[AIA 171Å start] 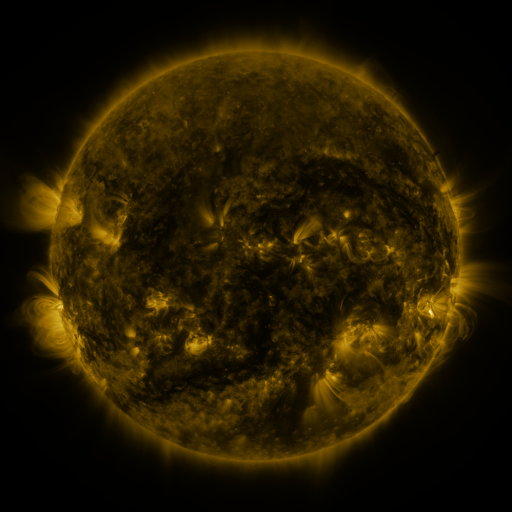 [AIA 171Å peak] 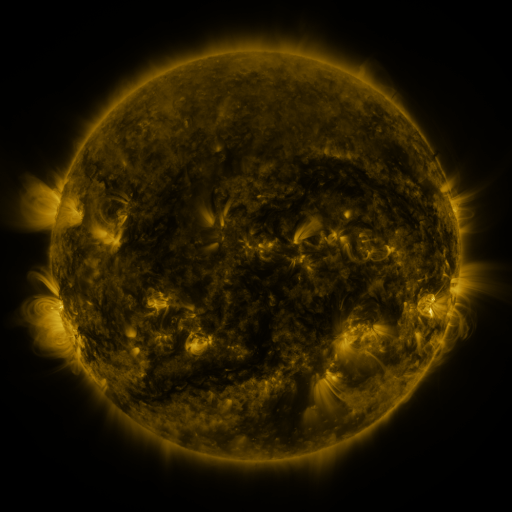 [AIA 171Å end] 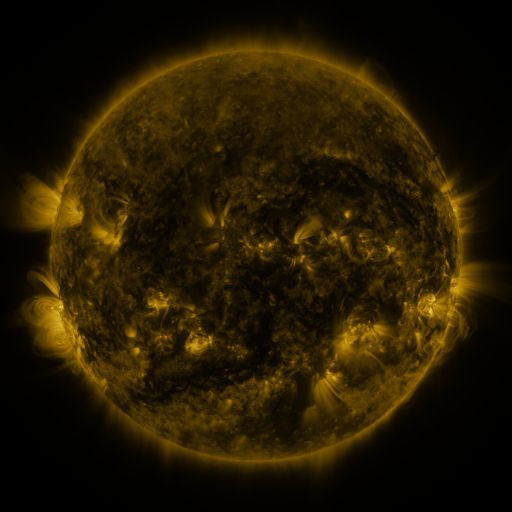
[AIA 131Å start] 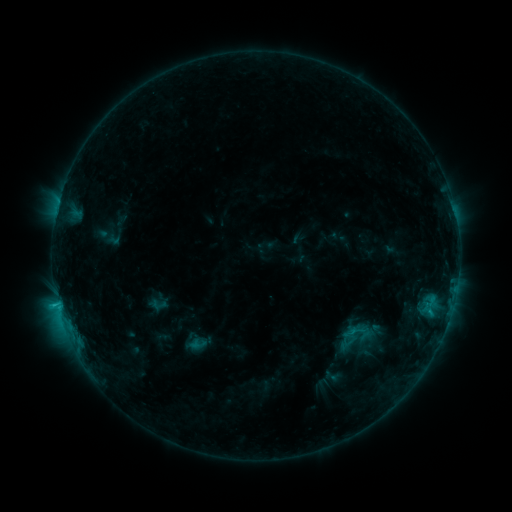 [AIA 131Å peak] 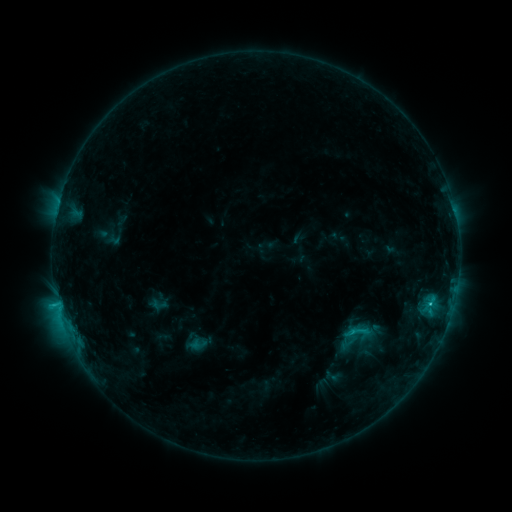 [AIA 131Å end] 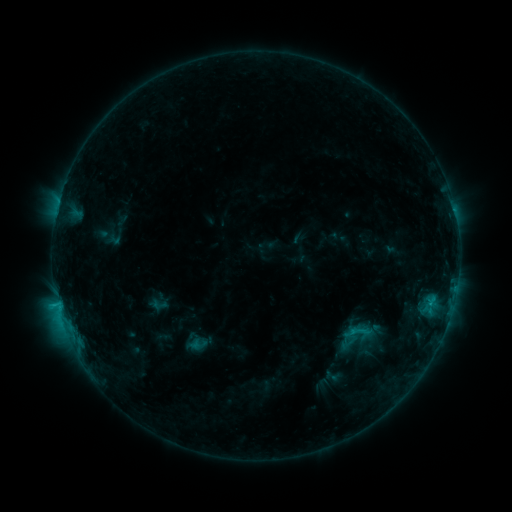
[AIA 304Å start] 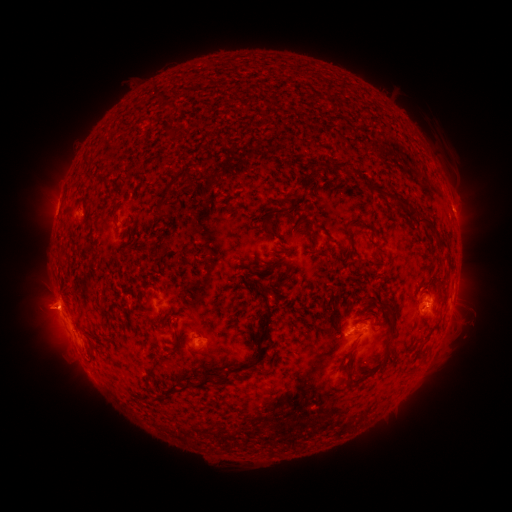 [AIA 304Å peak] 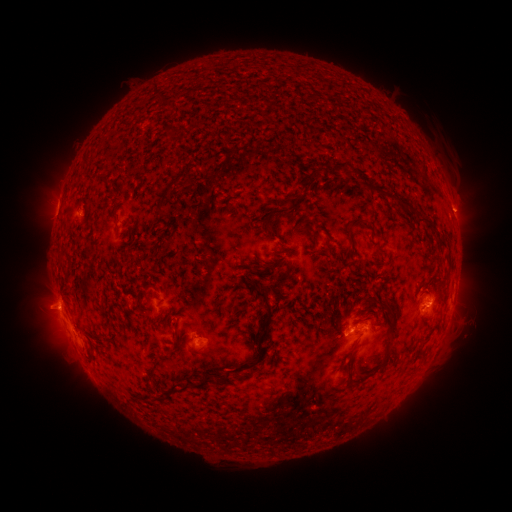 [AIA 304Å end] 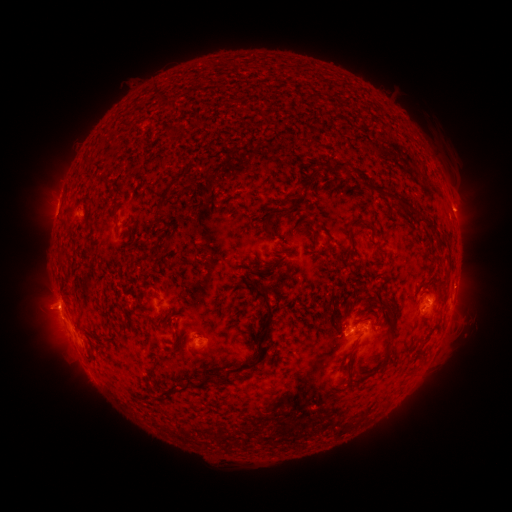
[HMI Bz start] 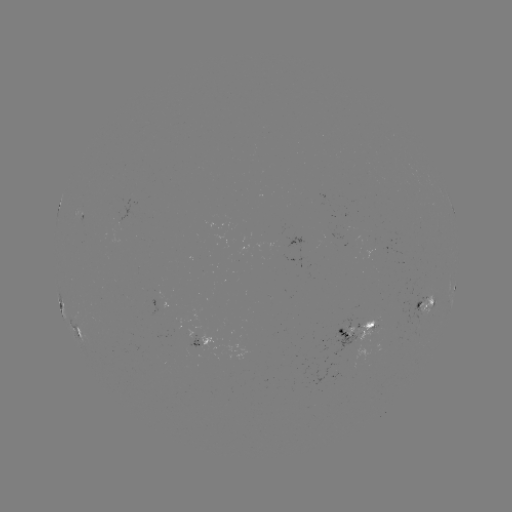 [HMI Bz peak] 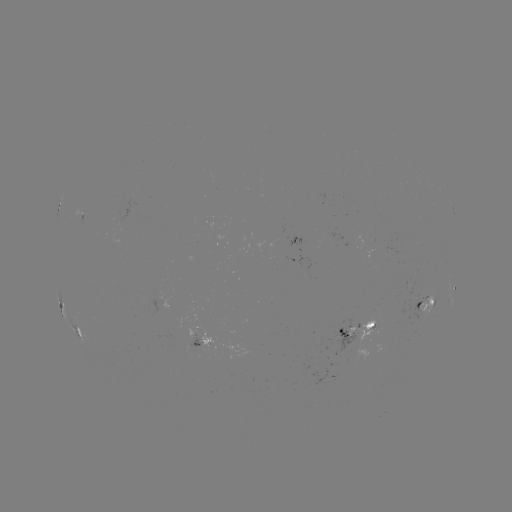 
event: flare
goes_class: C2.2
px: (430, 300)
